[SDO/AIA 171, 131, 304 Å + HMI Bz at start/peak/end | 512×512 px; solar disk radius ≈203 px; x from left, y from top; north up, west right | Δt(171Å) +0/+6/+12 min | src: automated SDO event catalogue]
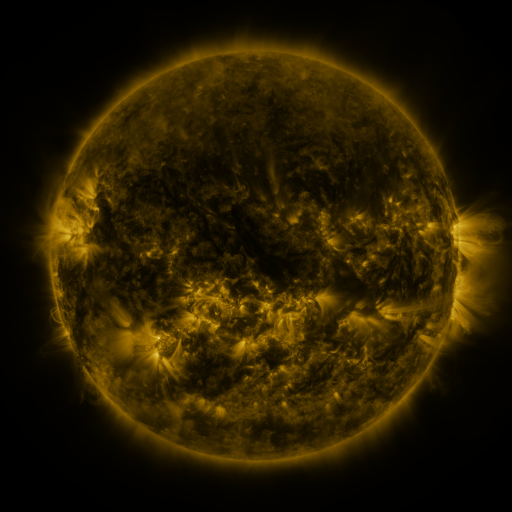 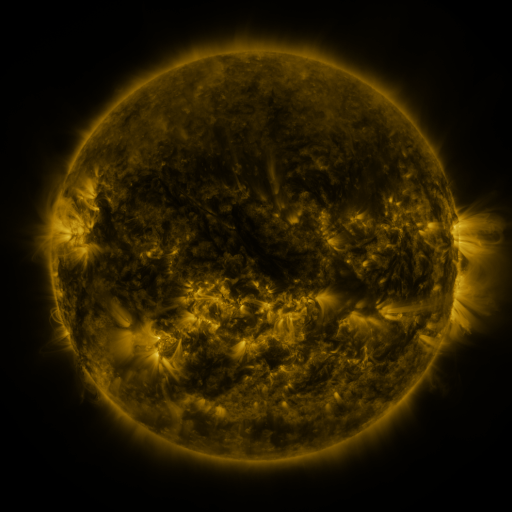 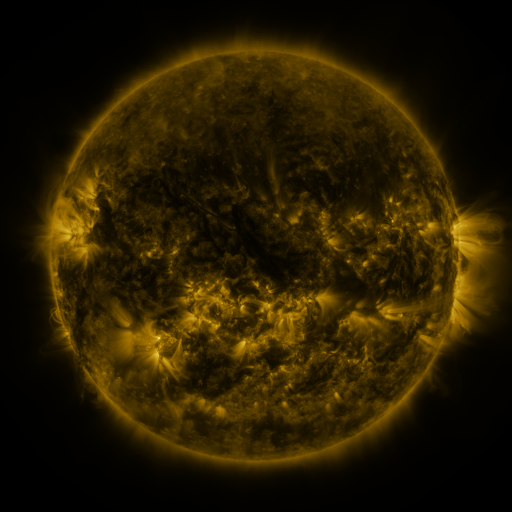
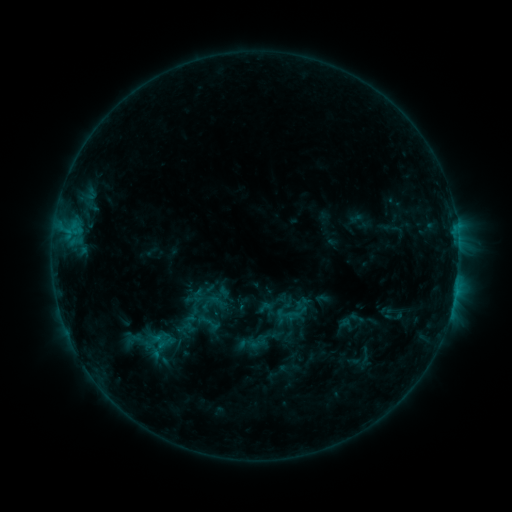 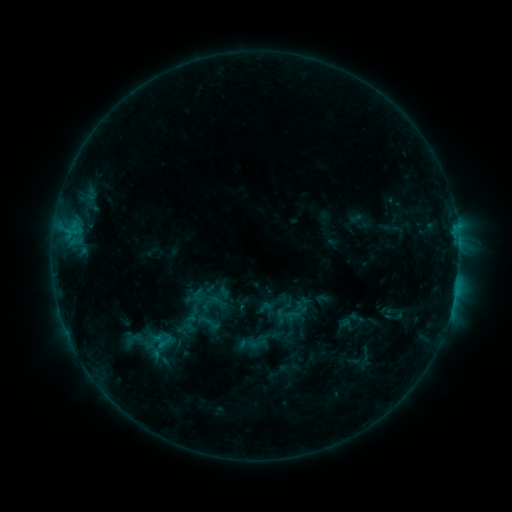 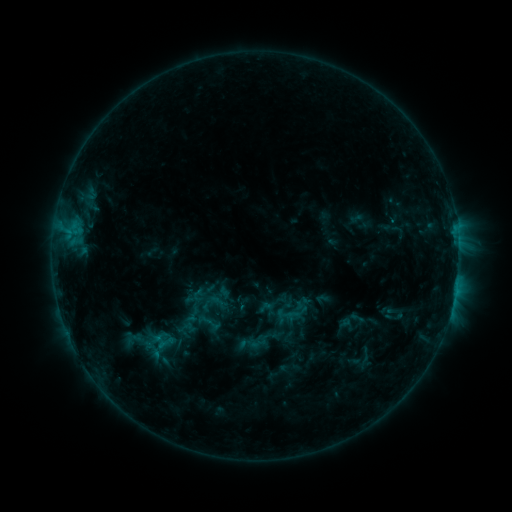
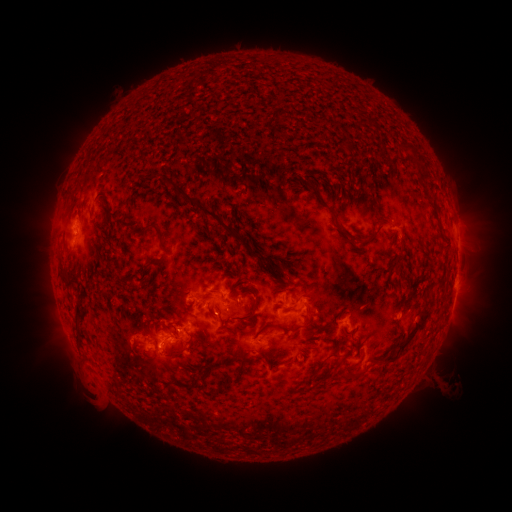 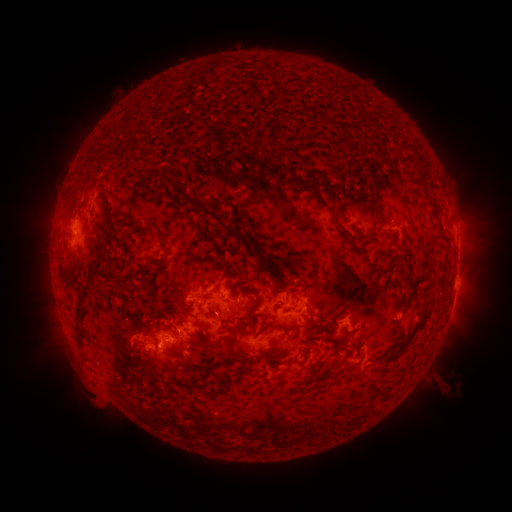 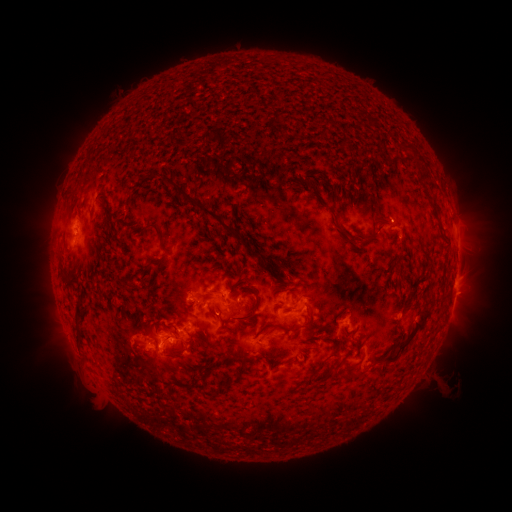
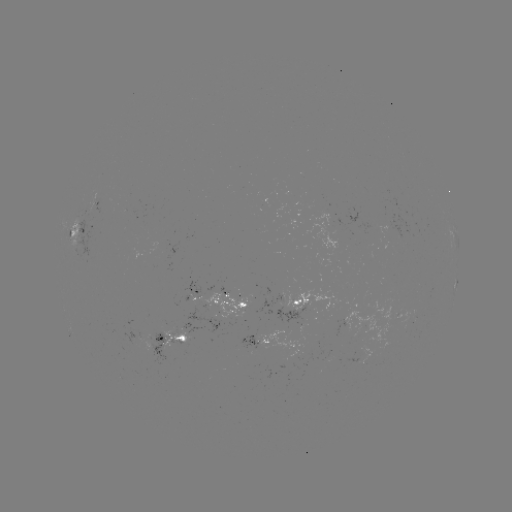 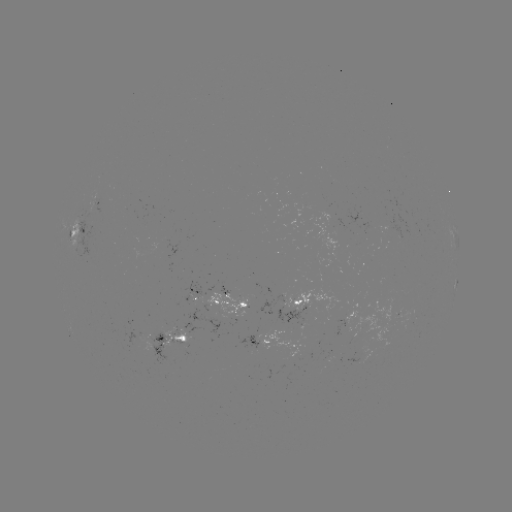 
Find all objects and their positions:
C1.0 flare: (457, 281)
